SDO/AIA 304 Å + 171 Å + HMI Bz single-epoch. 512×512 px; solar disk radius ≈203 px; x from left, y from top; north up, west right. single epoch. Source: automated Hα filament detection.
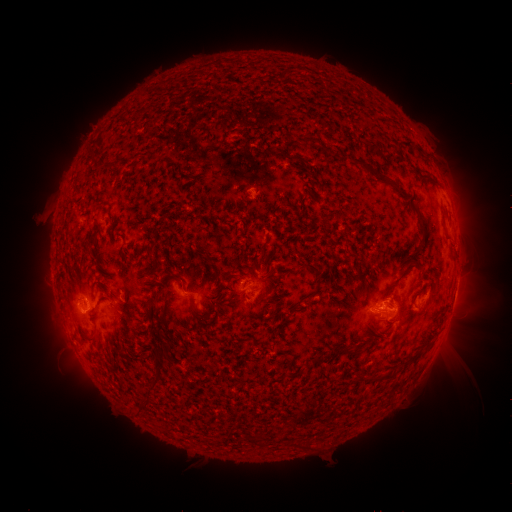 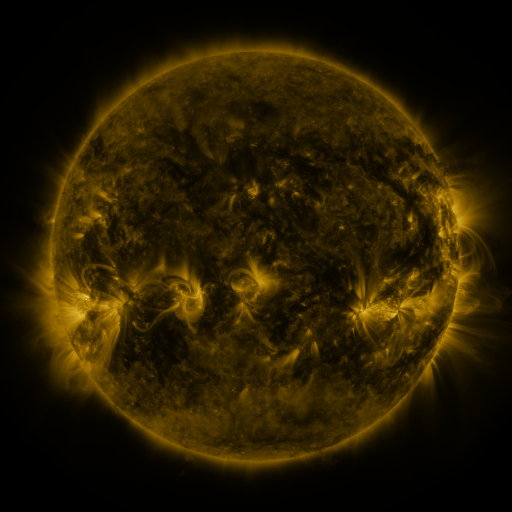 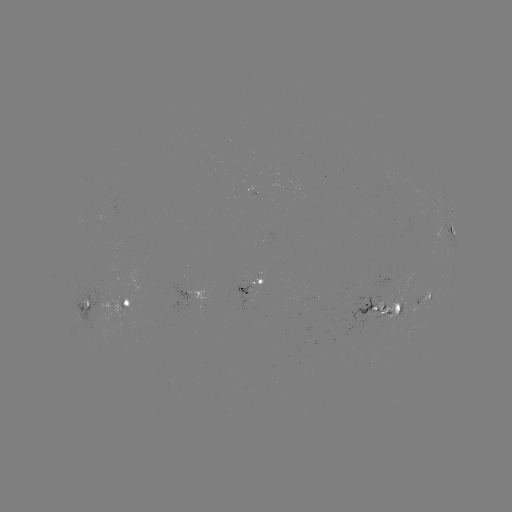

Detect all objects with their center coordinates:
filament: (309, 140)
filament: (409, 144)
filament: (363, 163)
filament: (392, 185)
filament: (423, 223)
filament: (311, 267)
filament: (396, 284)
filament: (155, 298)
filament: (200, 315)
filament: (151, 327)
filament: (342, 351)
filament: (158, 352)
filament: (387, 376)
filament: (154, 378)
filament: (143, 400)
